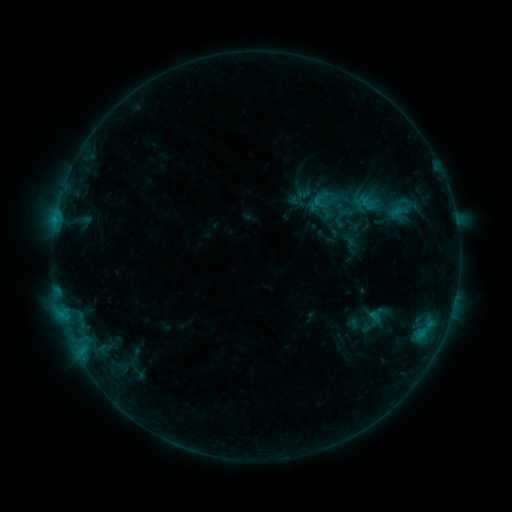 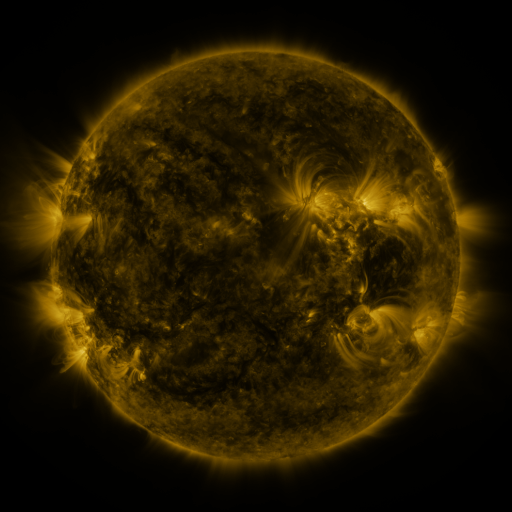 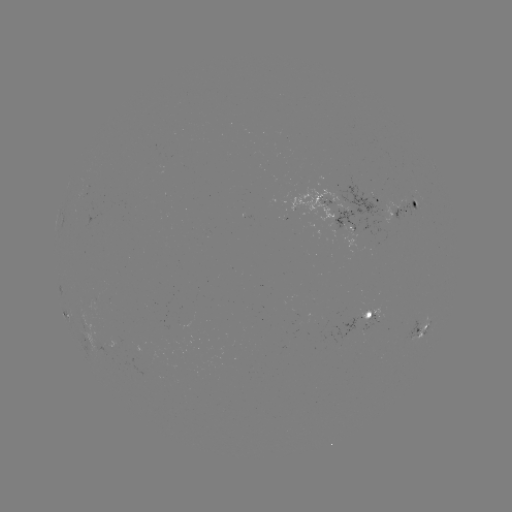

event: sigmoid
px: (372, 322)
